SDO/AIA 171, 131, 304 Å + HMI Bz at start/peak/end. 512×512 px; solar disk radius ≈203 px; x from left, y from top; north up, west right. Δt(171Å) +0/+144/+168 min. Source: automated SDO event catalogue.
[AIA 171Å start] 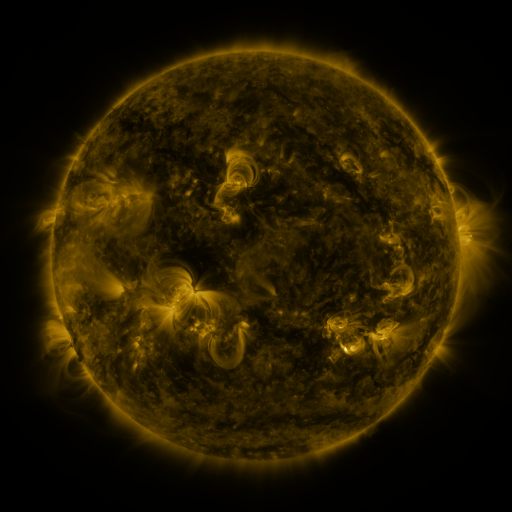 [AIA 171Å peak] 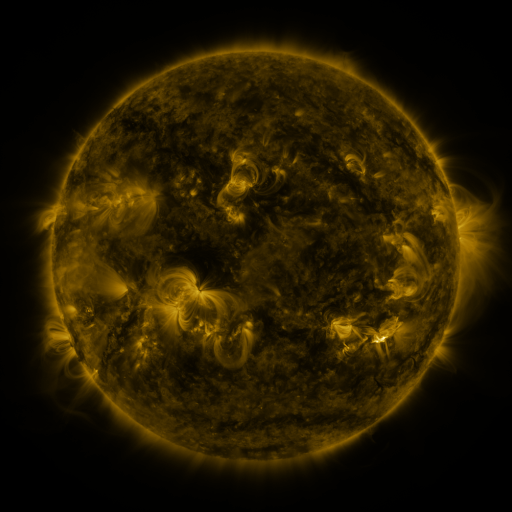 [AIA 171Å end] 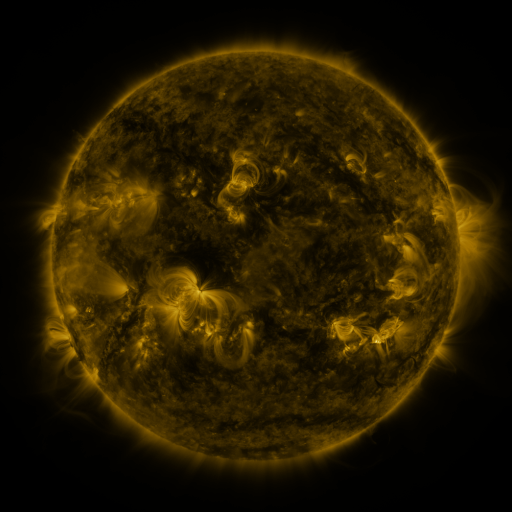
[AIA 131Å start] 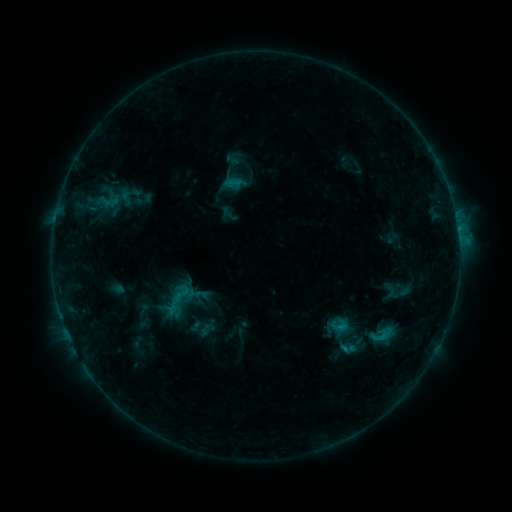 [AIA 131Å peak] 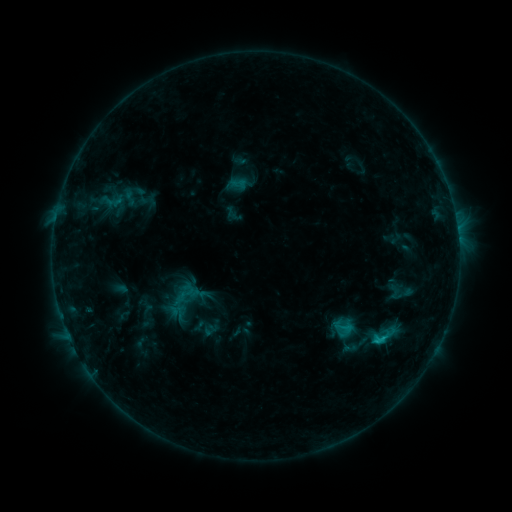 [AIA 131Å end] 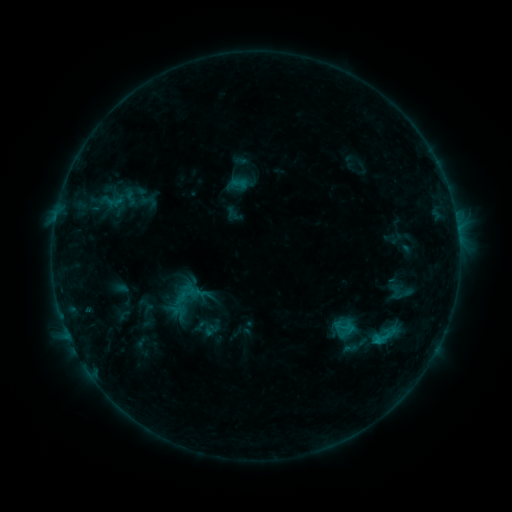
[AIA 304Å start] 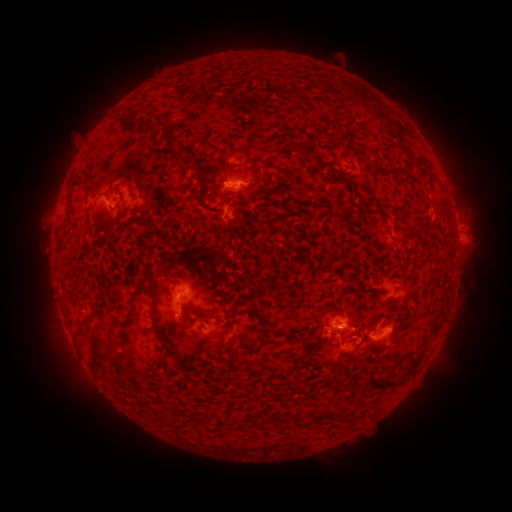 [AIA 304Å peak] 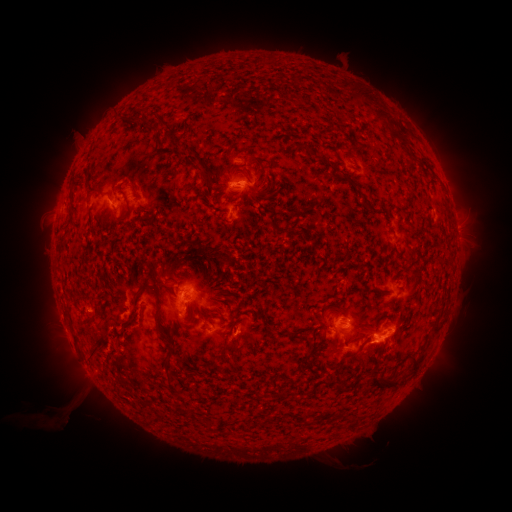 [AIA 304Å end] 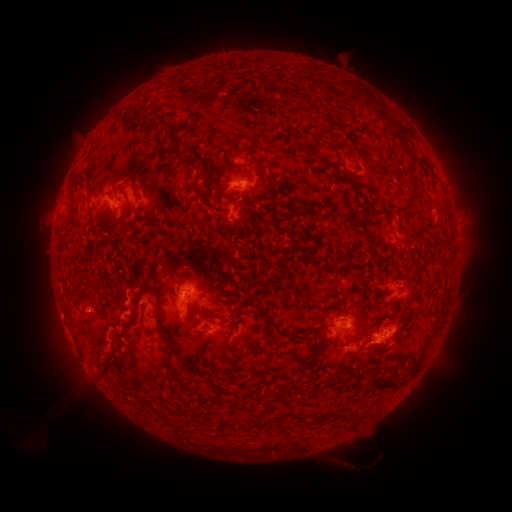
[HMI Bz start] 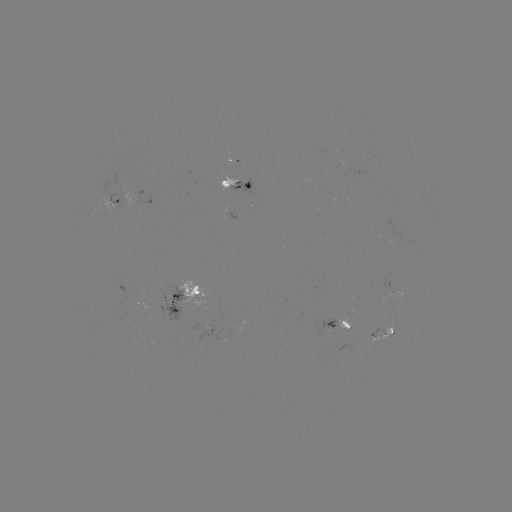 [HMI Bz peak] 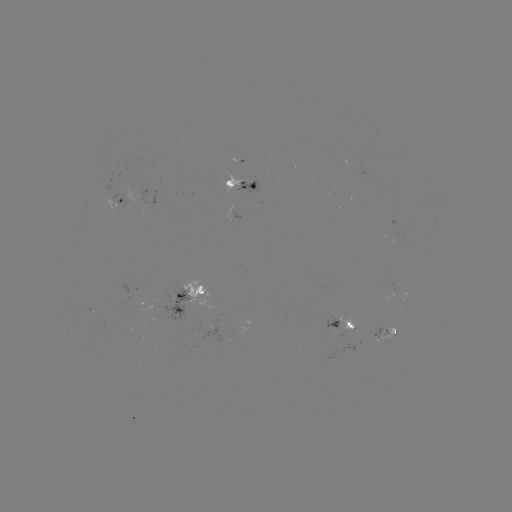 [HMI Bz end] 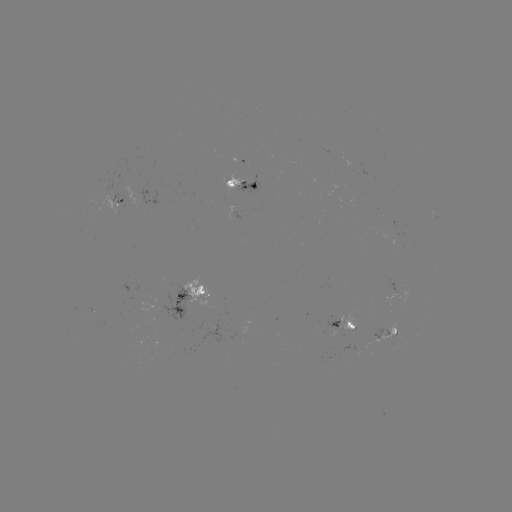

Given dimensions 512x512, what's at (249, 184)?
emerging-flux region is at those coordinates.